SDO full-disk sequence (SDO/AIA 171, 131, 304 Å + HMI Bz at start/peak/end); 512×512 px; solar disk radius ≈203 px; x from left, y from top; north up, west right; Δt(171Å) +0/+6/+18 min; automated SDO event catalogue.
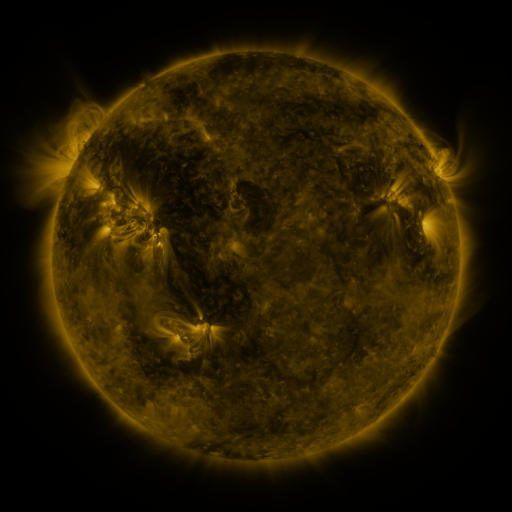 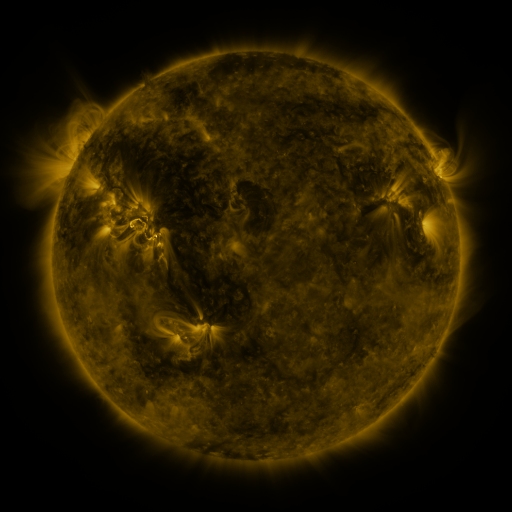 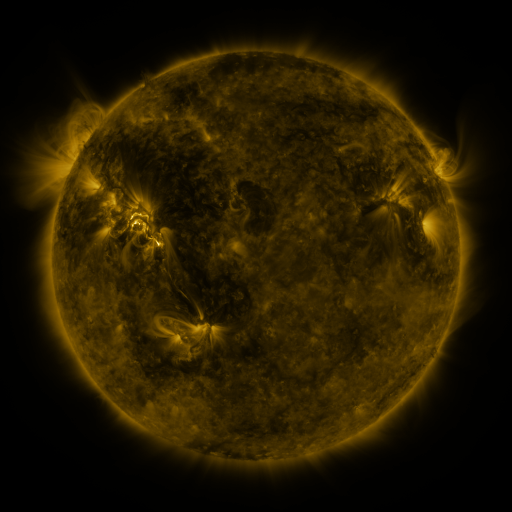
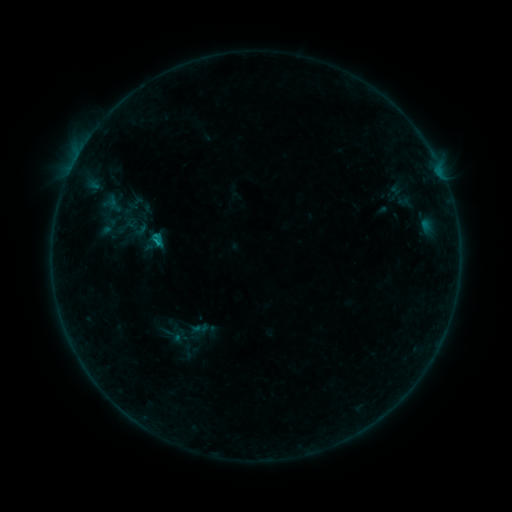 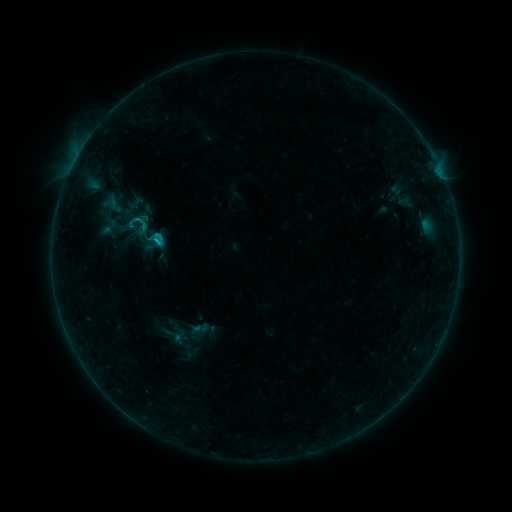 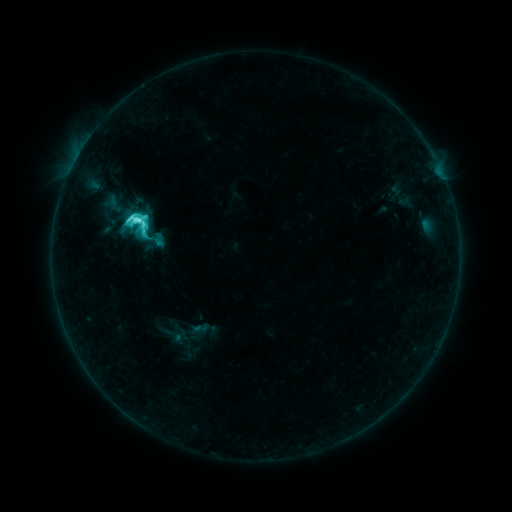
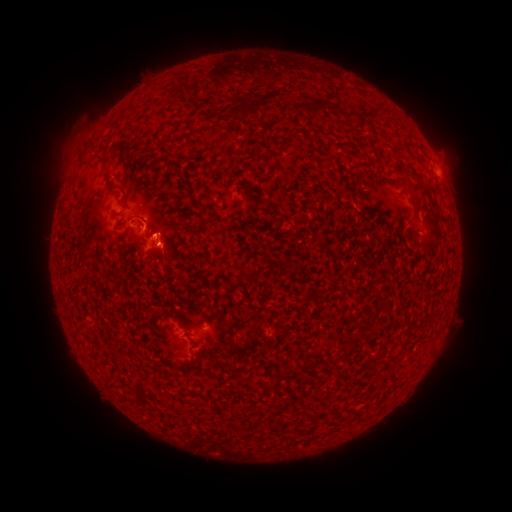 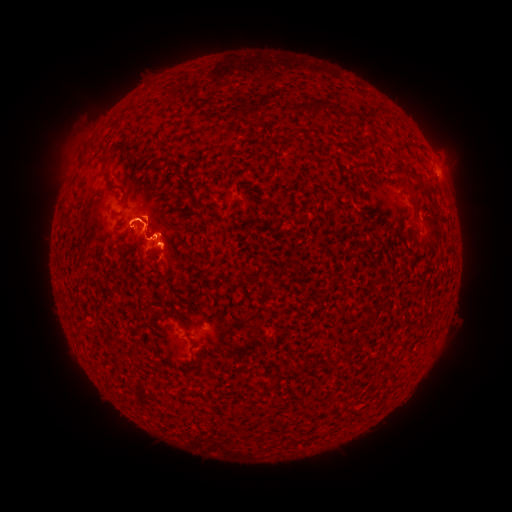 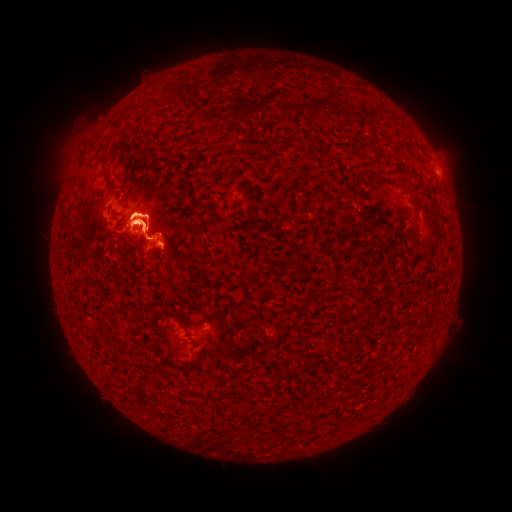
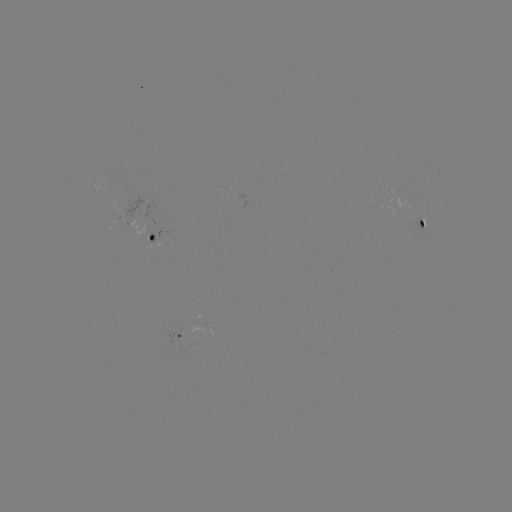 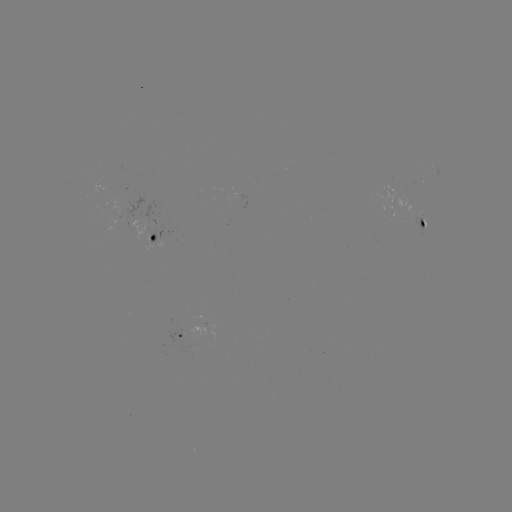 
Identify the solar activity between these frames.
eruption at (142, 230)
